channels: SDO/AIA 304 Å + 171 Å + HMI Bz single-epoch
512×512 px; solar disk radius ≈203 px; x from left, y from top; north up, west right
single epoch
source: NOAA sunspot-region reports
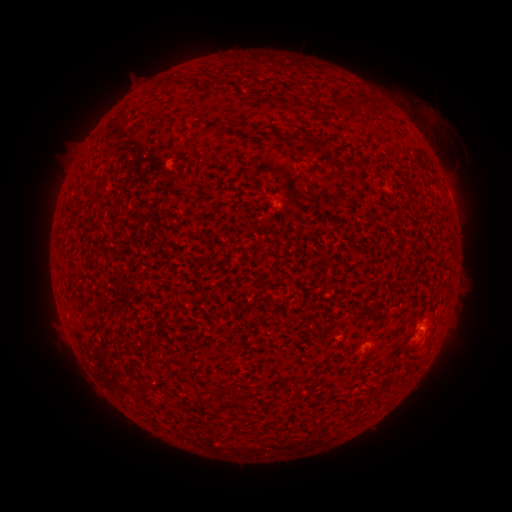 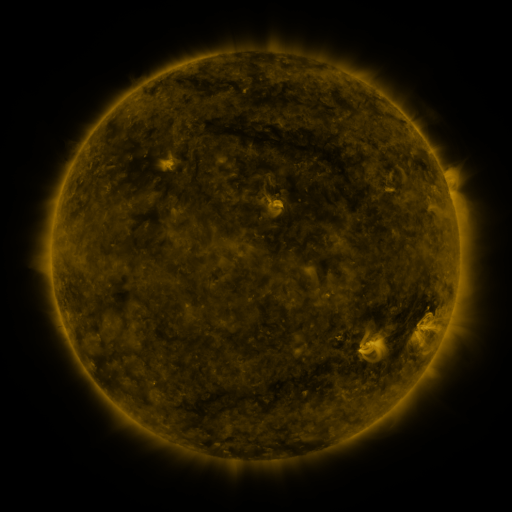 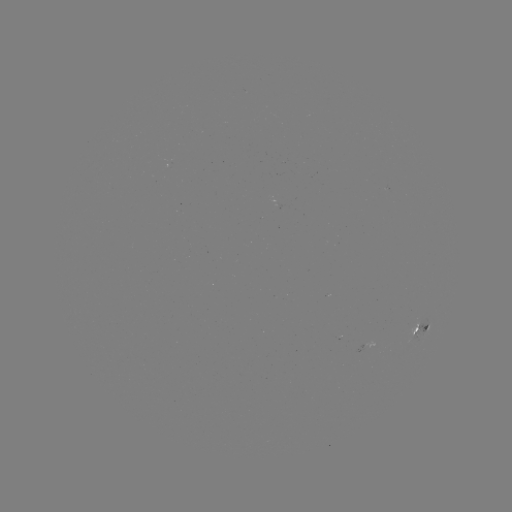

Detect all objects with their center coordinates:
spotted active region: (420, 329)
spotted active region: (363, 346)
